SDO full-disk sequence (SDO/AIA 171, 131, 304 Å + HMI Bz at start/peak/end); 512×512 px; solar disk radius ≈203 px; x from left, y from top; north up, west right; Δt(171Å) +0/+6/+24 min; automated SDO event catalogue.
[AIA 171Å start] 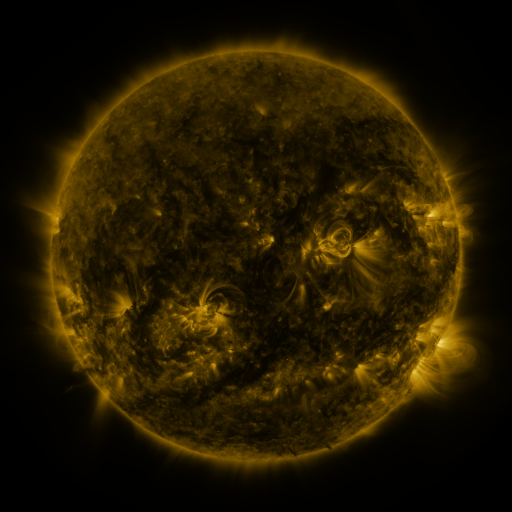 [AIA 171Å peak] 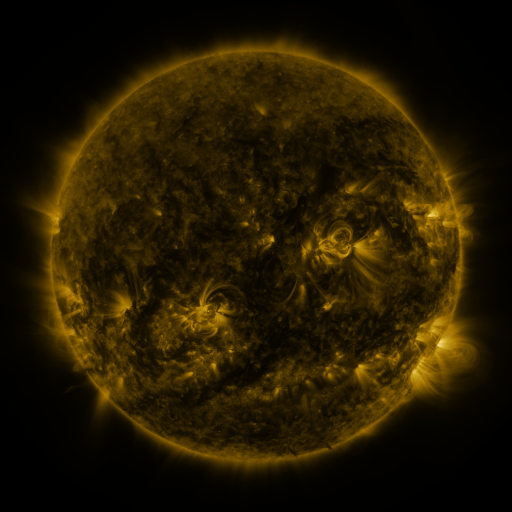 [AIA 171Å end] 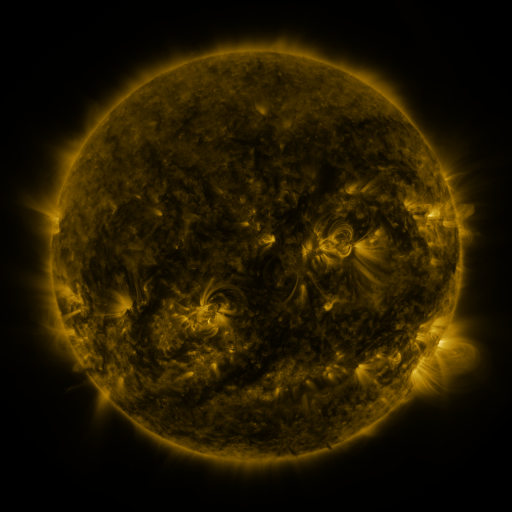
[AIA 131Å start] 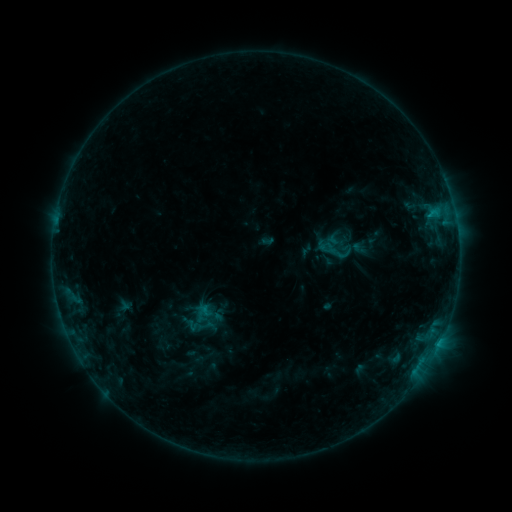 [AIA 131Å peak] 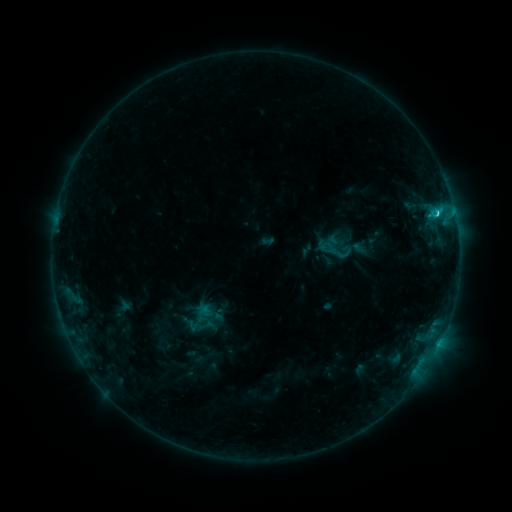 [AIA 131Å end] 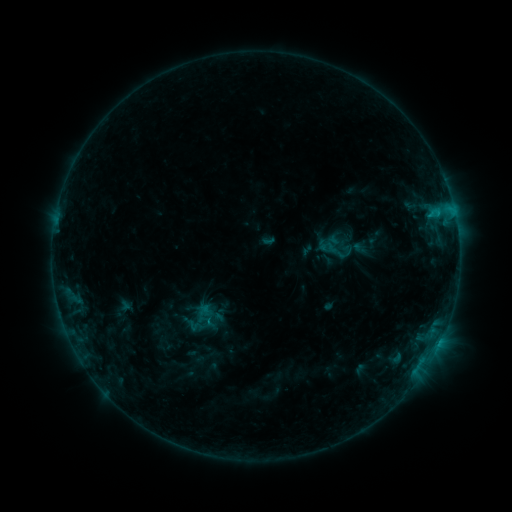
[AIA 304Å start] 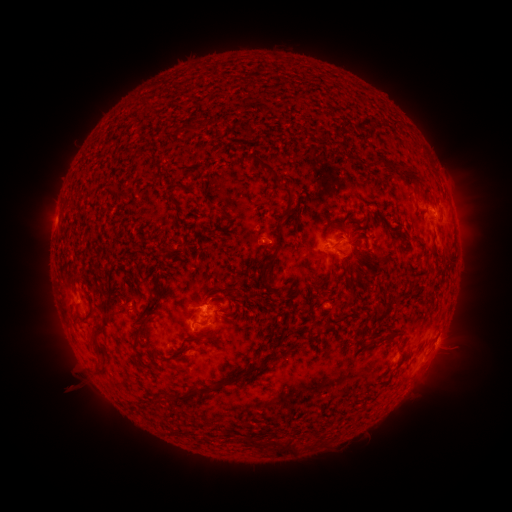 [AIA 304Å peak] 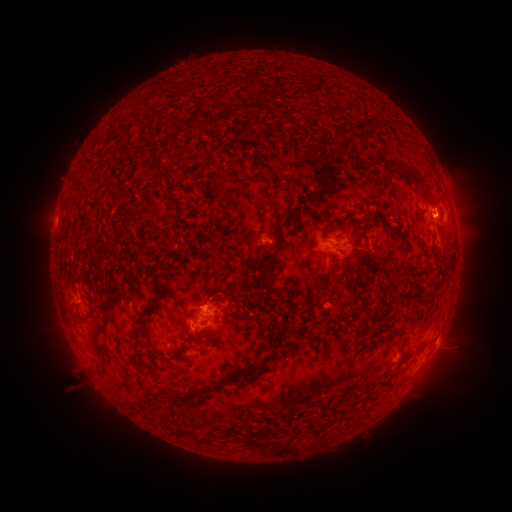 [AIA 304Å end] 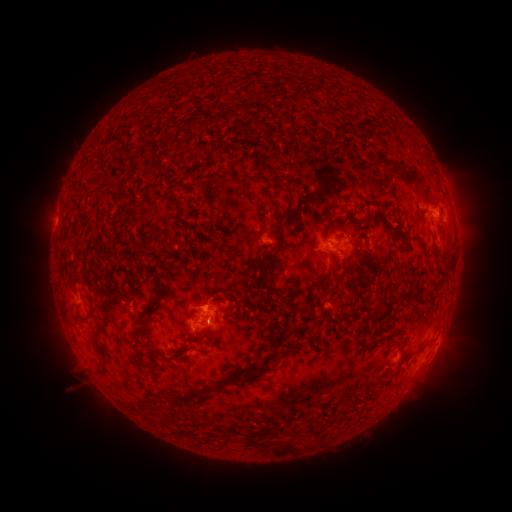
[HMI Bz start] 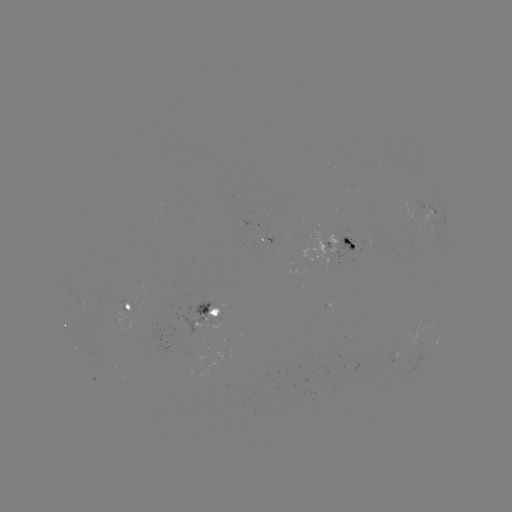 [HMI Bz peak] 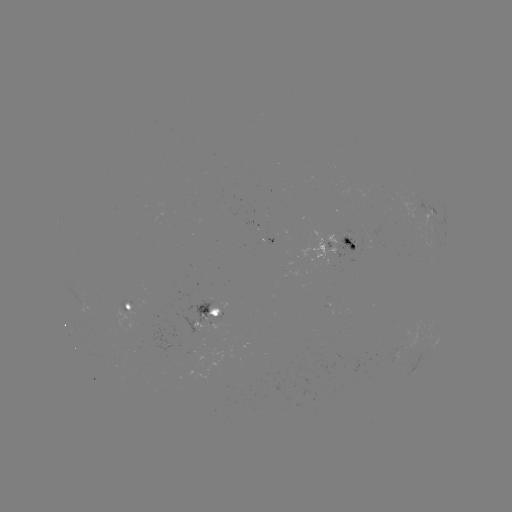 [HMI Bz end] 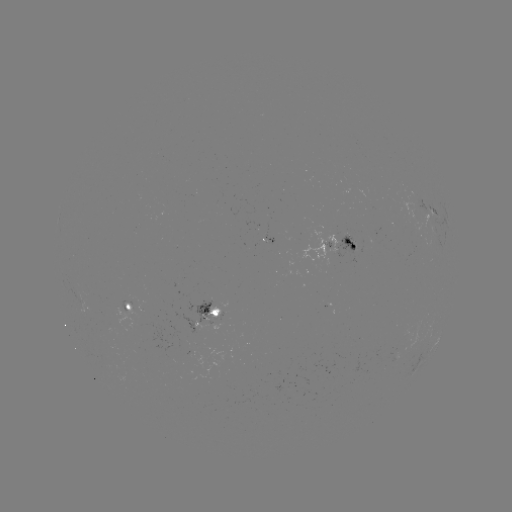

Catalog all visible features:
C1.5 flare: (437, 217)
